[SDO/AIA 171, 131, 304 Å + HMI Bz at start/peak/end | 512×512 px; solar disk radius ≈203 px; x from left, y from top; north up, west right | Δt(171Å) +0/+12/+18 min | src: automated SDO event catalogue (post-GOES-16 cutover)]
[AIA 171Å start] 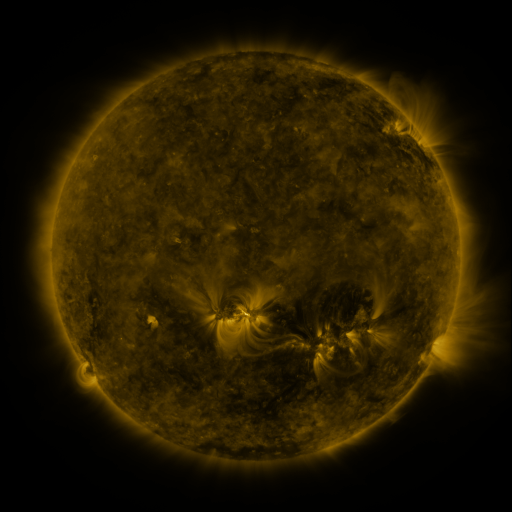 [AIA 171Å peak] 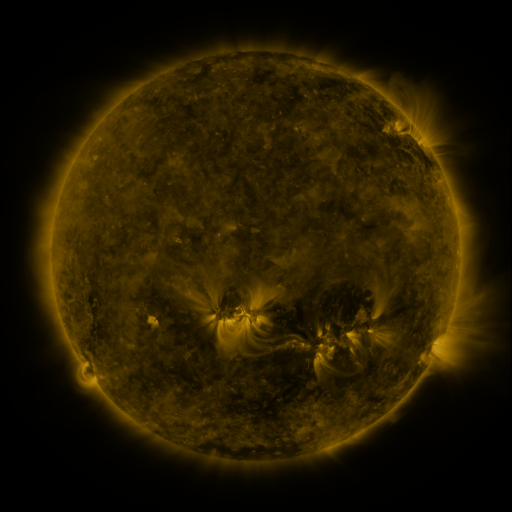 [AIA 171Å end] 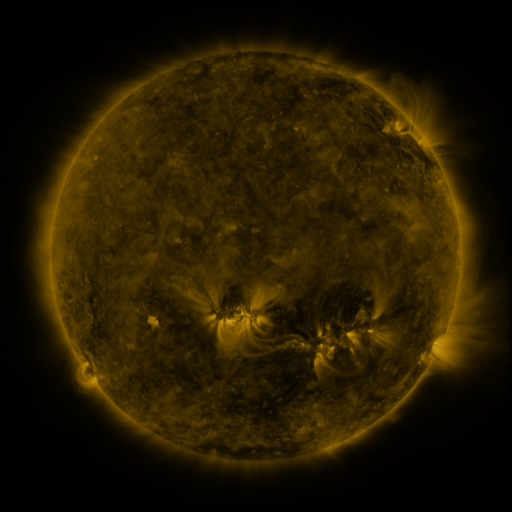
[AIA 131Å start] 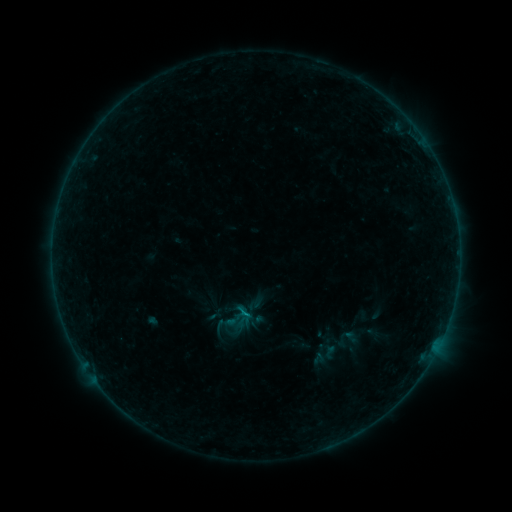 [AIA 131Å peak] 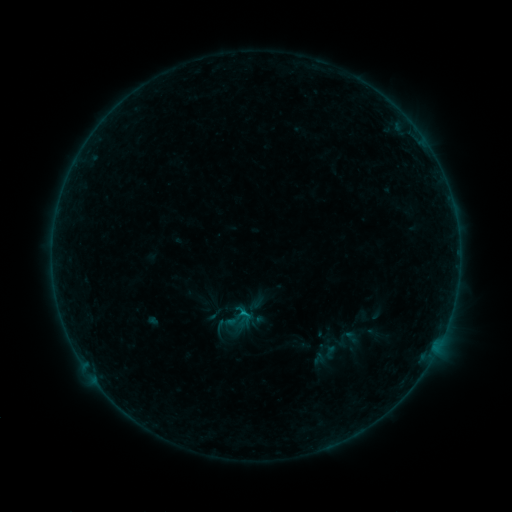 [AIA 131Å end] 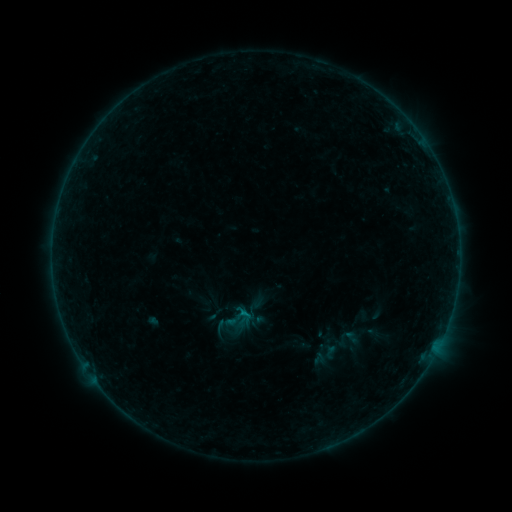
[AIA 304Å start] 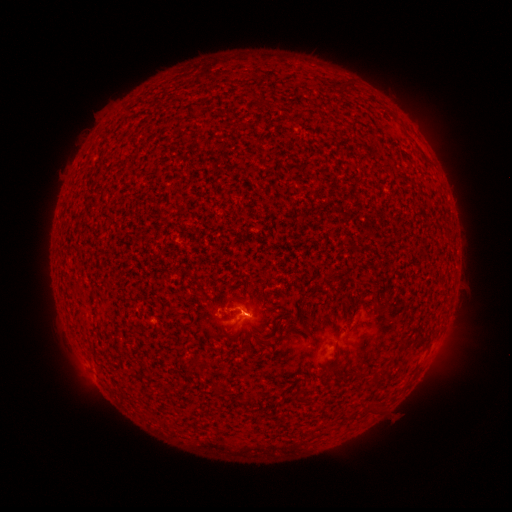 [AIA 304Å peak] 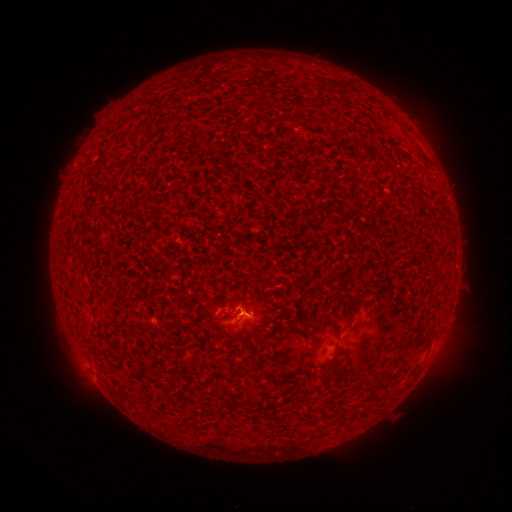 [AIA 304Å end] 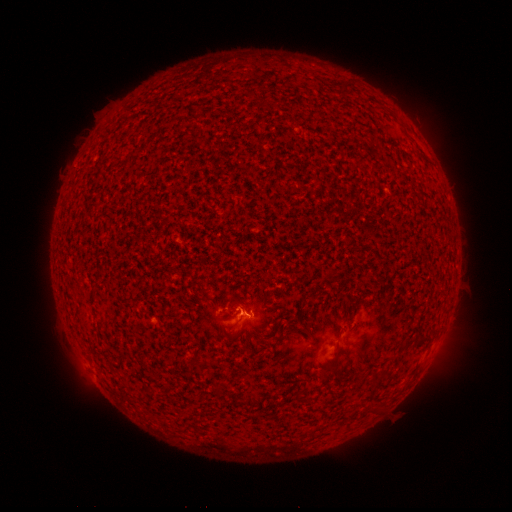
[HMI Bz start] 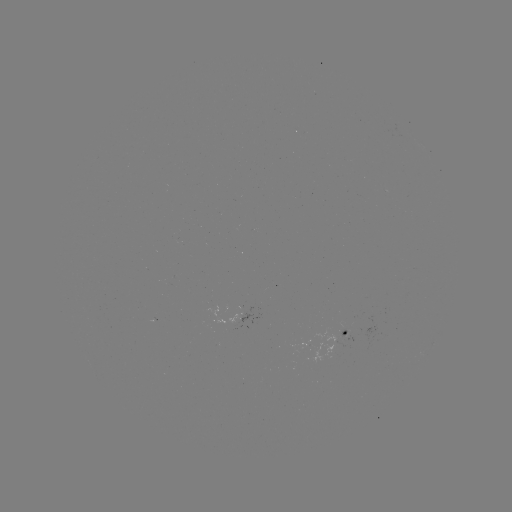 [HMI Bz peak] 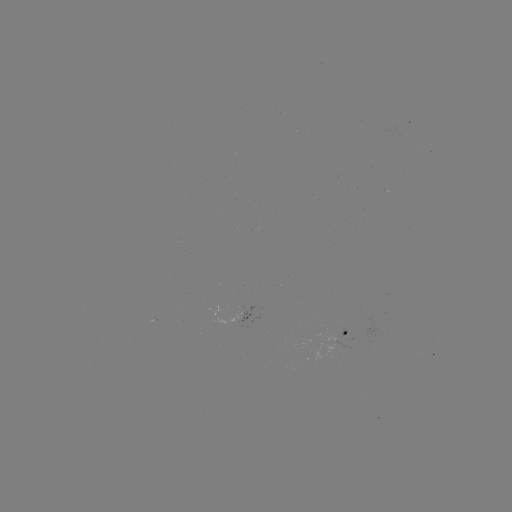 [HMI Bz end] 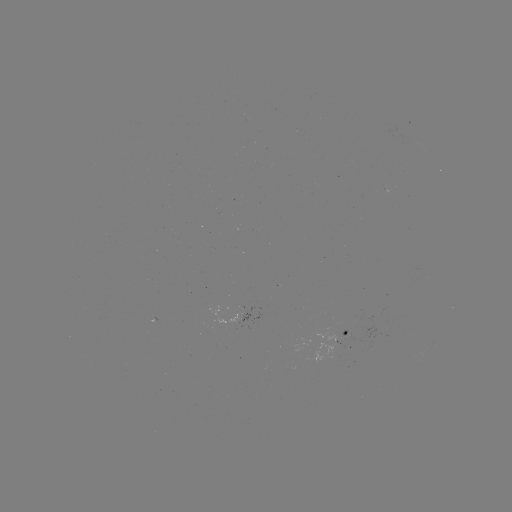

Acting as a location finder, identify B3.2 flare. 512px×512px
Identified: [245, 311].